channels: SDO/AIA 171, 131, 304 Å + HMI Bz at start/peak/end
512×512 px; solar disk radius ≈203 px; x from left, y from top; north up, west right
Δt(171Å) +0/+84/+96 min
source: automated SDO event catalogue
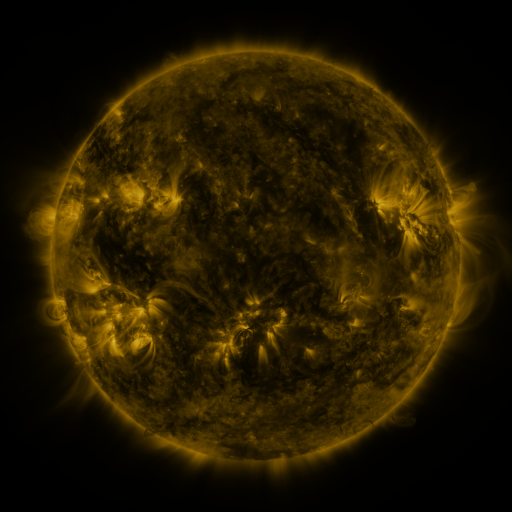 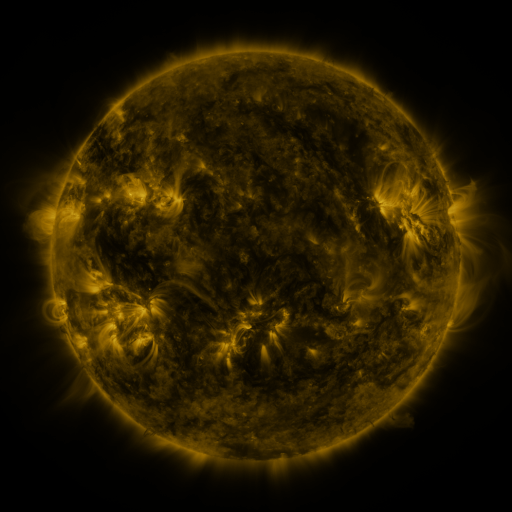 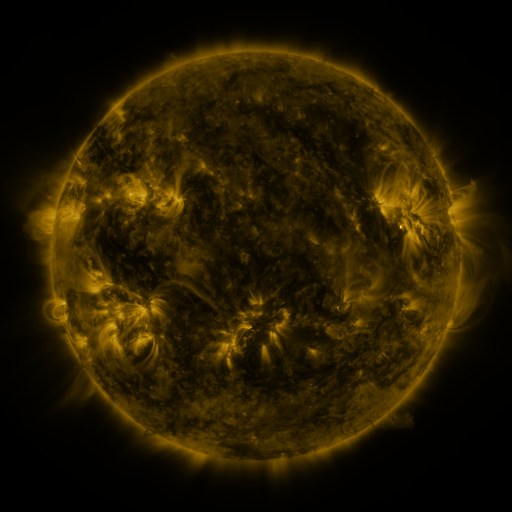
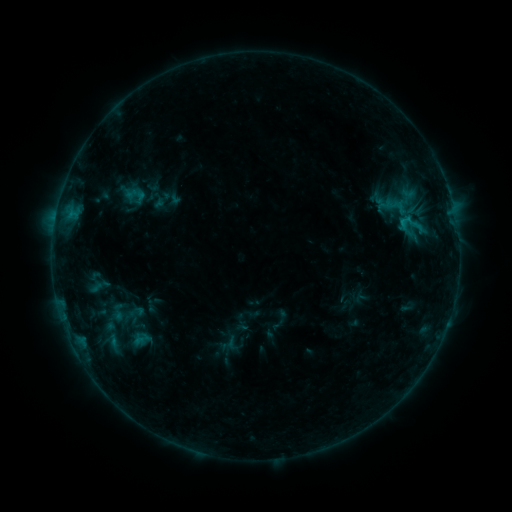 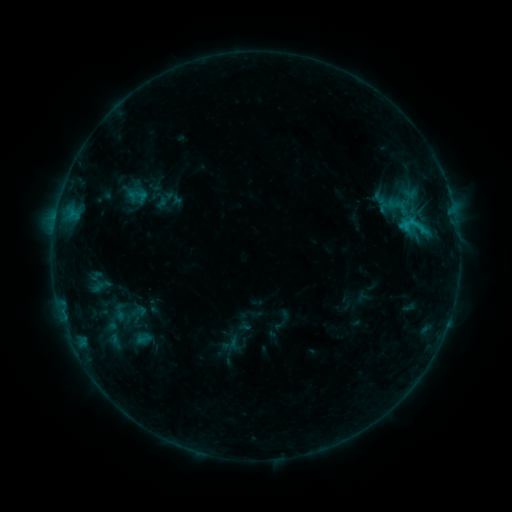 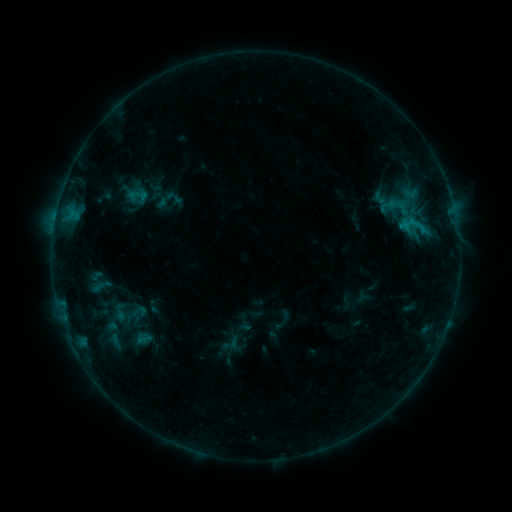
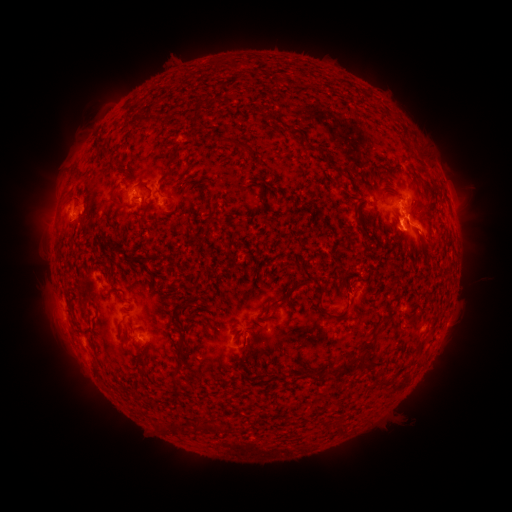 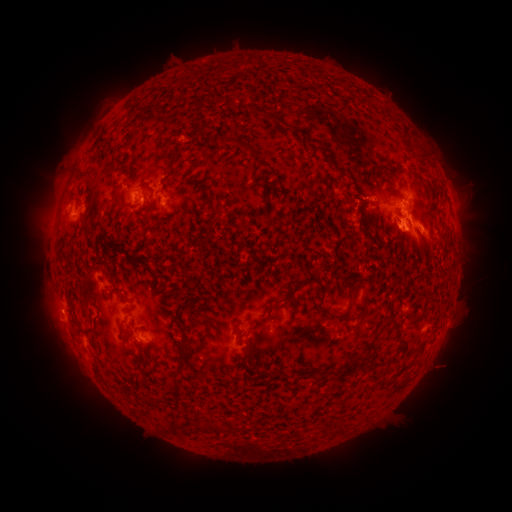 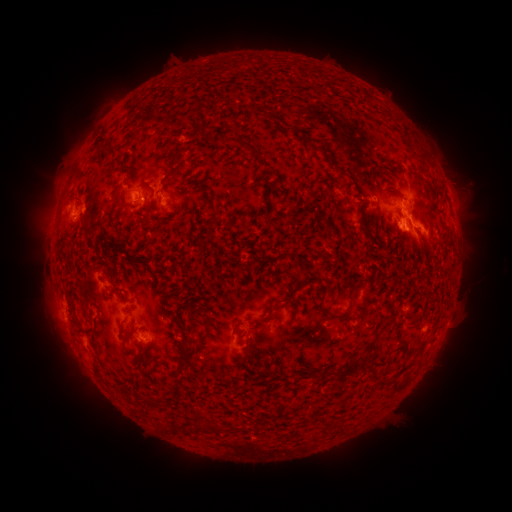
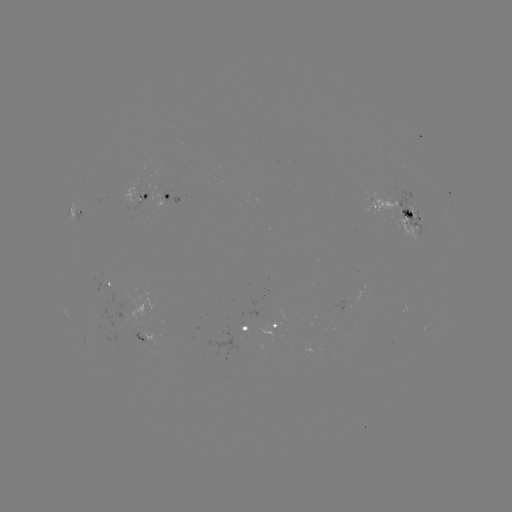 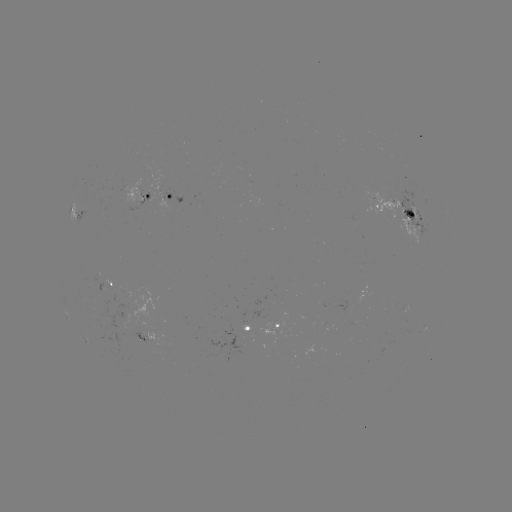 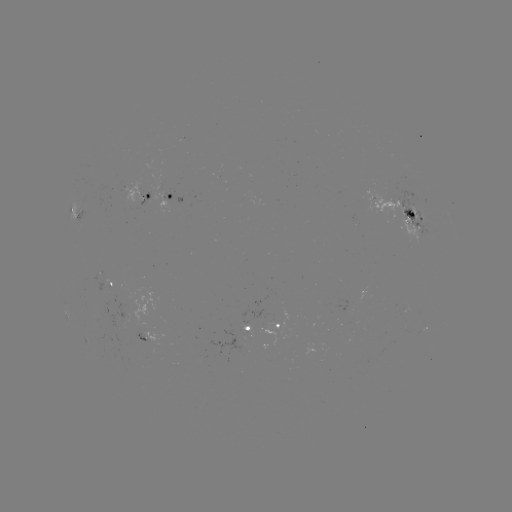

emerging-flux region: [382, 212, 395, 223]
